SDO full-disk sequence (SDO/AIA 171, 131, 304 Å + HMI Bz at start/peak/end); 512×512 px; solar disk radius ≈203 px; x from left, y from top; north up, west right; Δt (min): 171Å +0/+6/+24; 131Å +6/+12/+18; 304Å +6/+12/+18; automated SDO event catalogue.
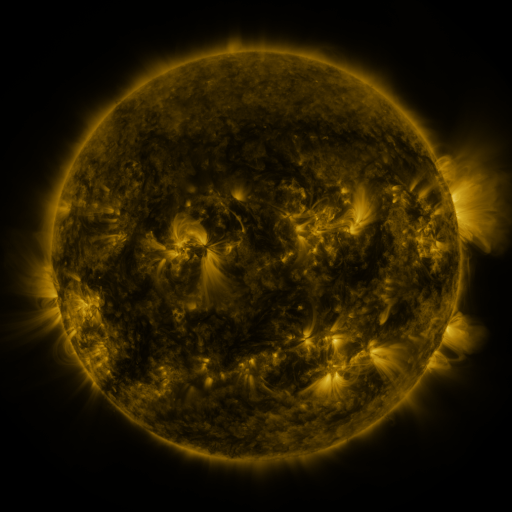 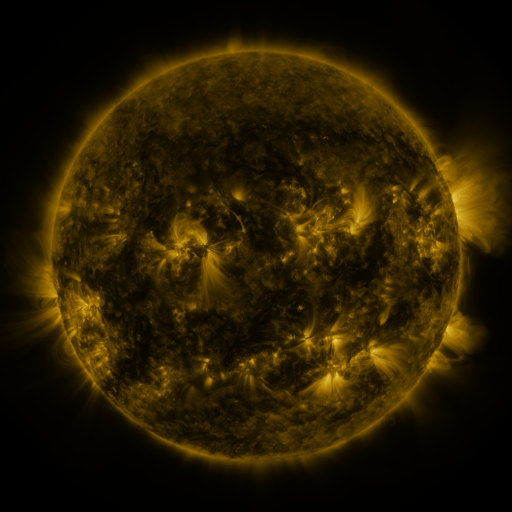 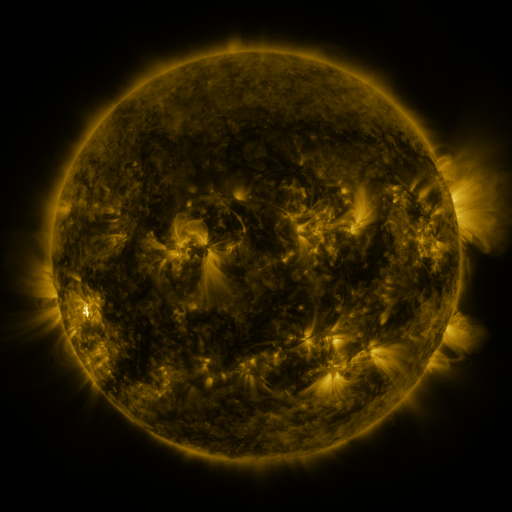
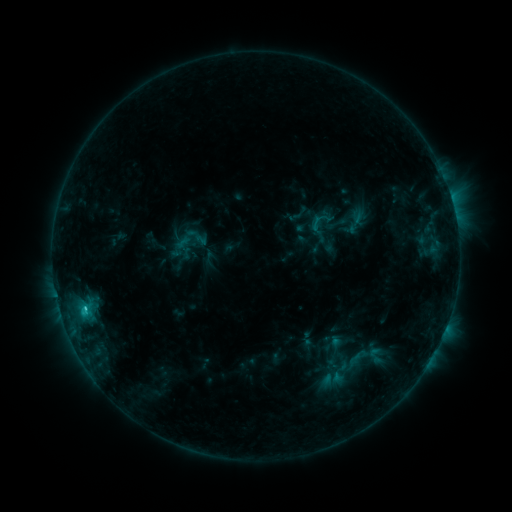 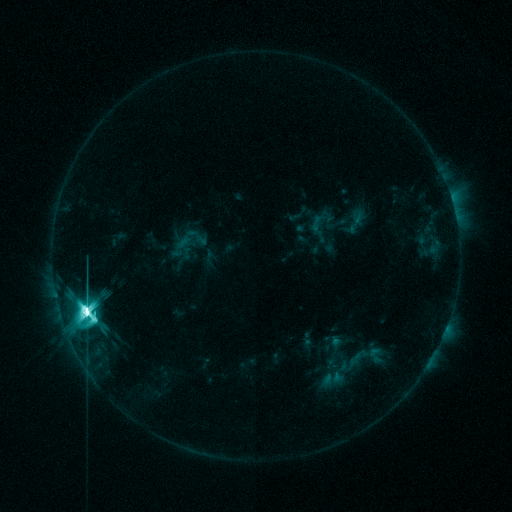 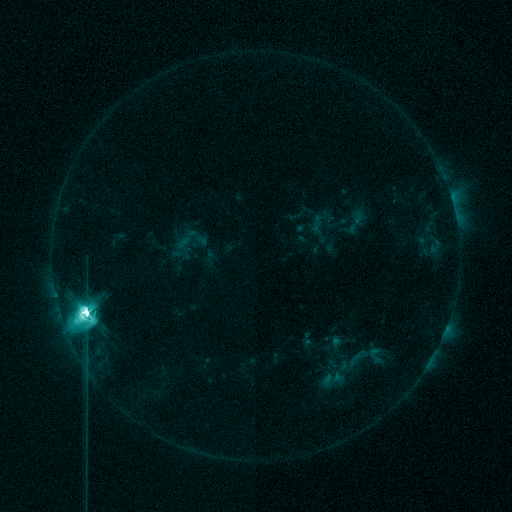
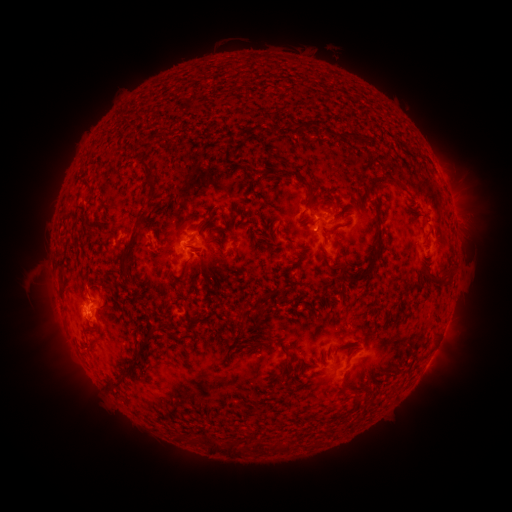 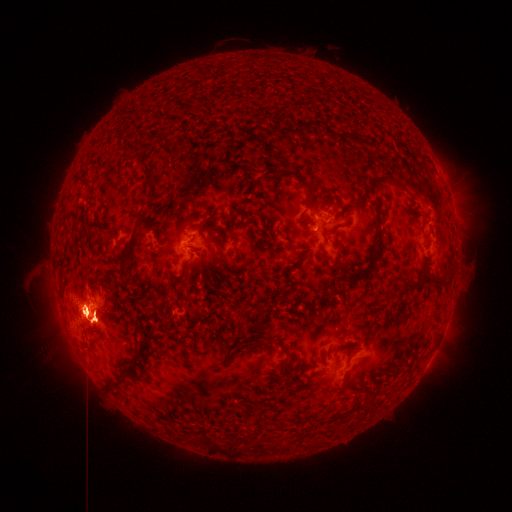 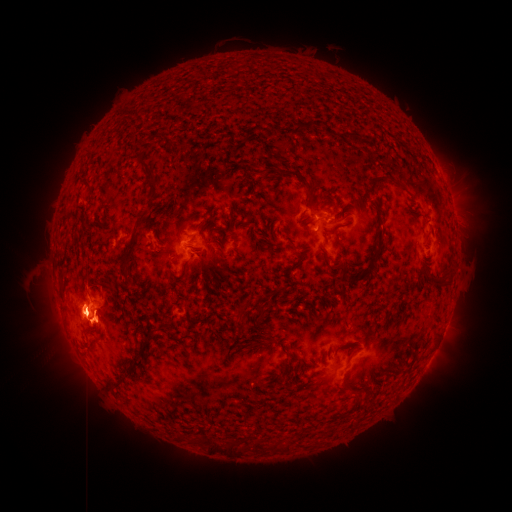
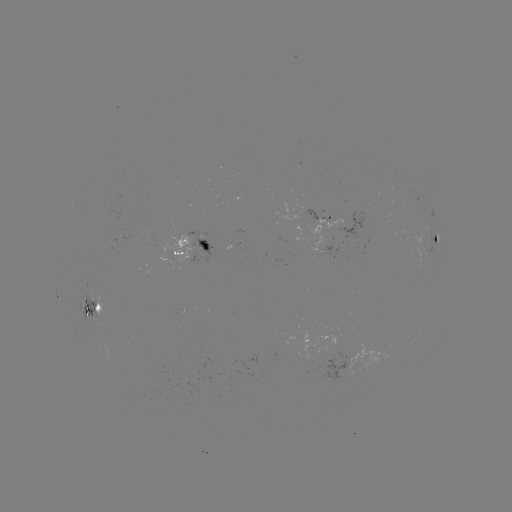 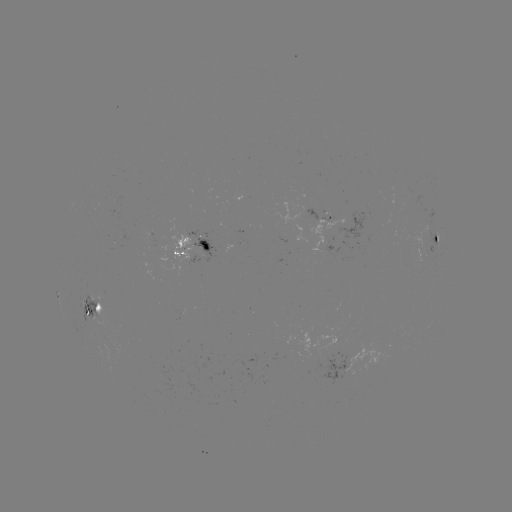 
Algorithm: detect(eruption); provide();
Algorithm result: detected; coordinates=[457, 205]